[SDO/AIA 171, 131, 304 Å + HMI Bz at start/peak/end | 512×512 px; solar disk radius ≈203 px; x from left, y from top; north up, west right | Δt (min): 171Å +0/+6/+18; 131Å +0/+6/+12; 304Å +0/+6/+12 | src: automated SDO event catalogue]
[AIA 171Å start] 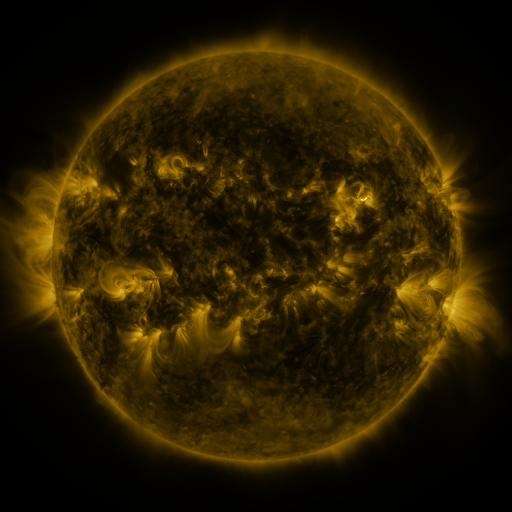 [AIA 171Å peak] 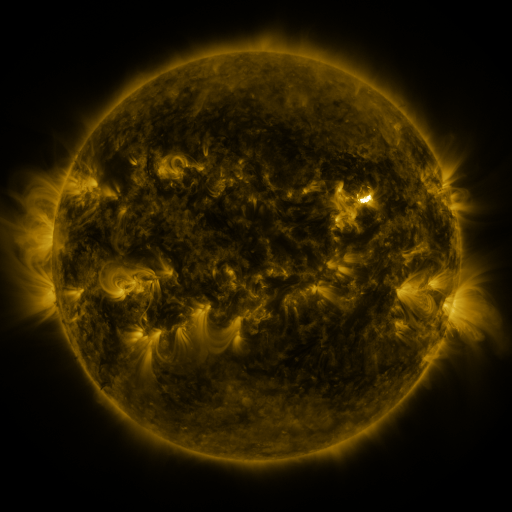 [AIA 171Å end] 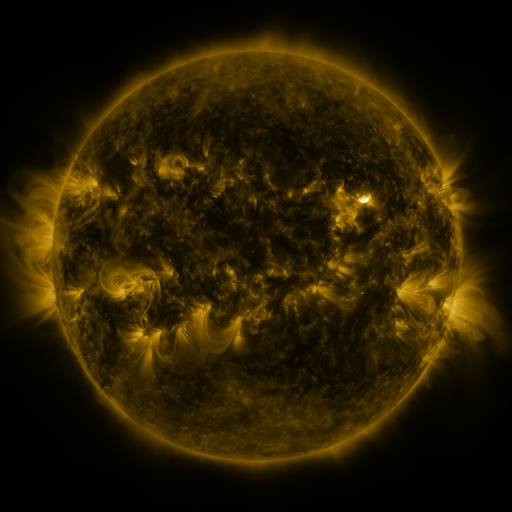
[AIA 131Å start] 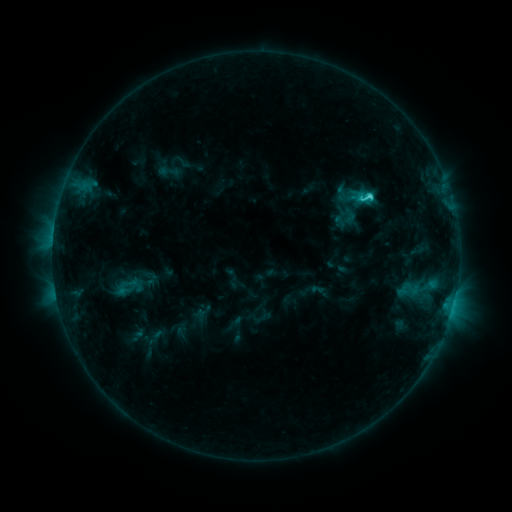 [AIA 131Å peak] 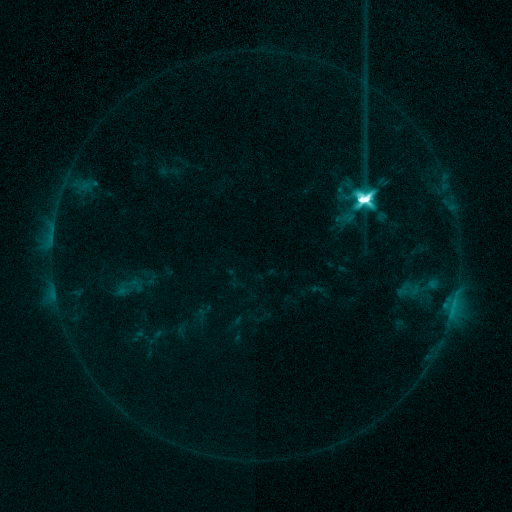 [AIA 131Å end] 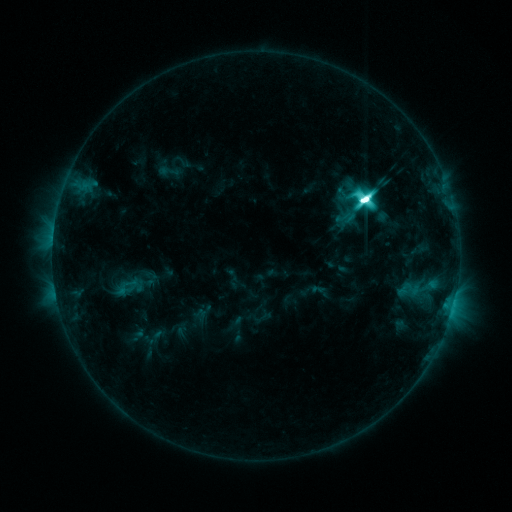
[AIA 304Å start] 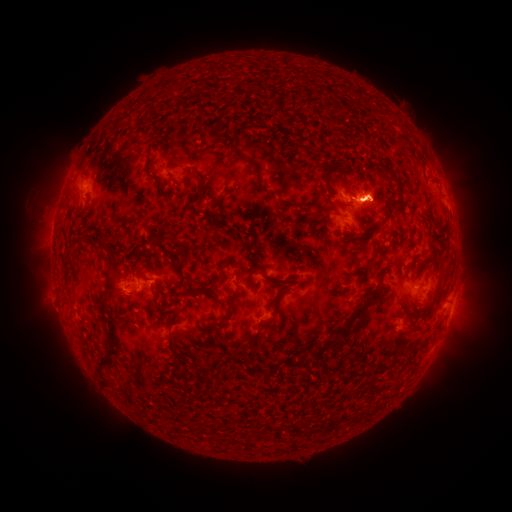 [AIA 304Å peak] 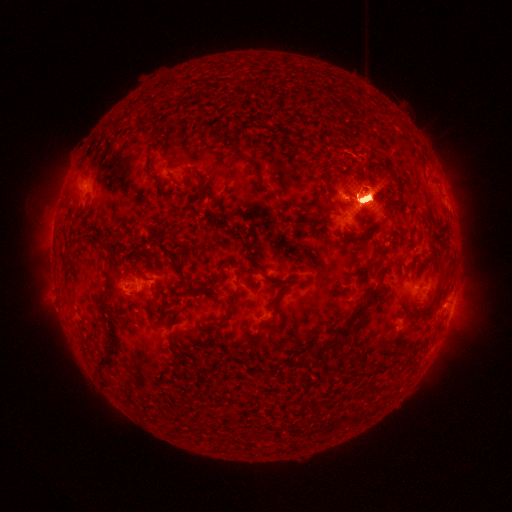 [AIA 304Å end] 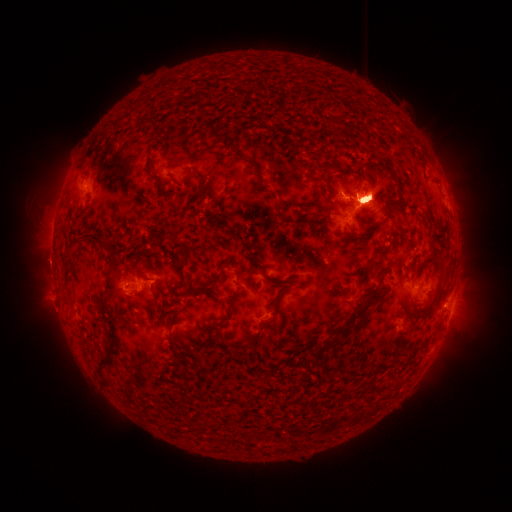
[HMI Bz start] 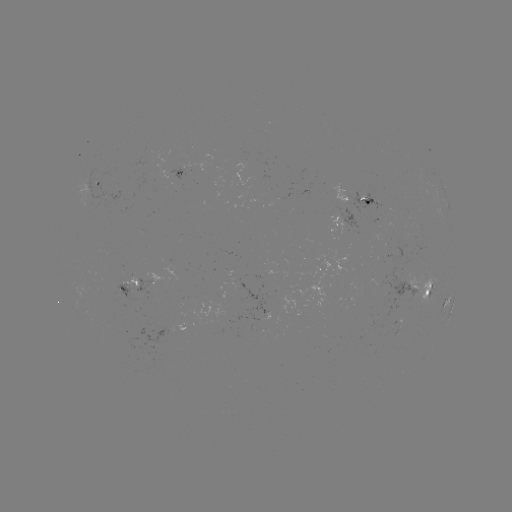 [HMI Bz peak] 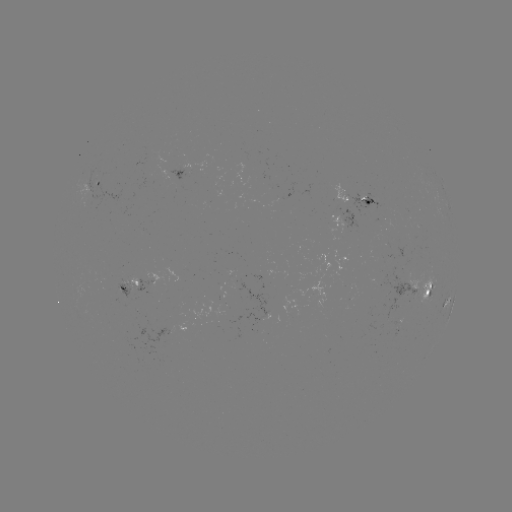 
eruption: (268, 89, 495, 374)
